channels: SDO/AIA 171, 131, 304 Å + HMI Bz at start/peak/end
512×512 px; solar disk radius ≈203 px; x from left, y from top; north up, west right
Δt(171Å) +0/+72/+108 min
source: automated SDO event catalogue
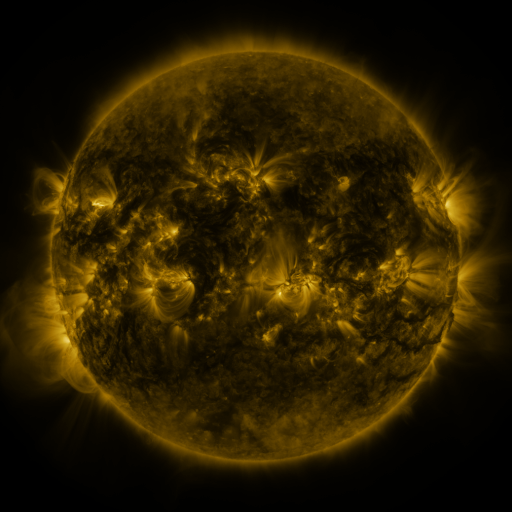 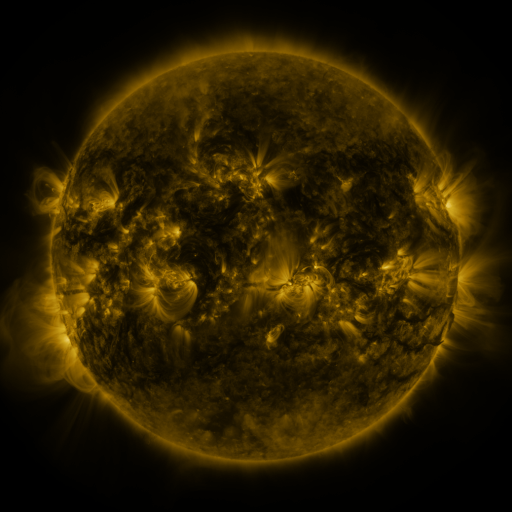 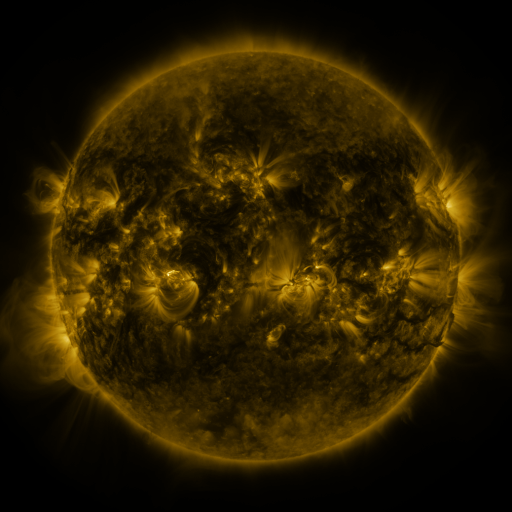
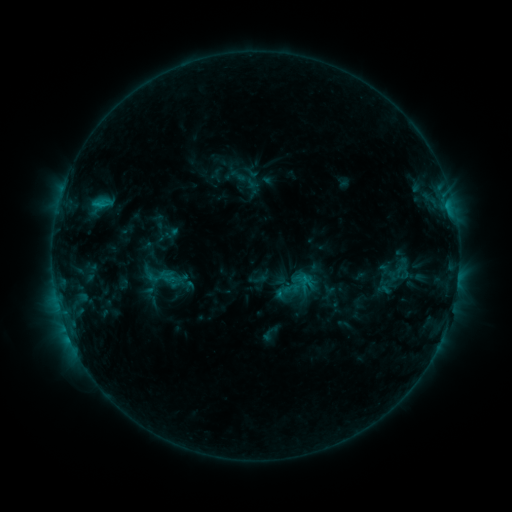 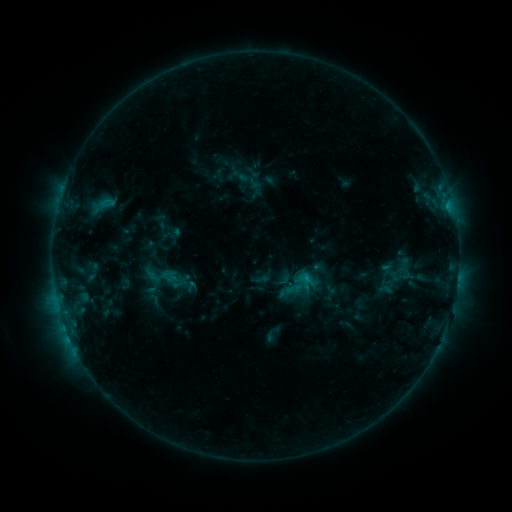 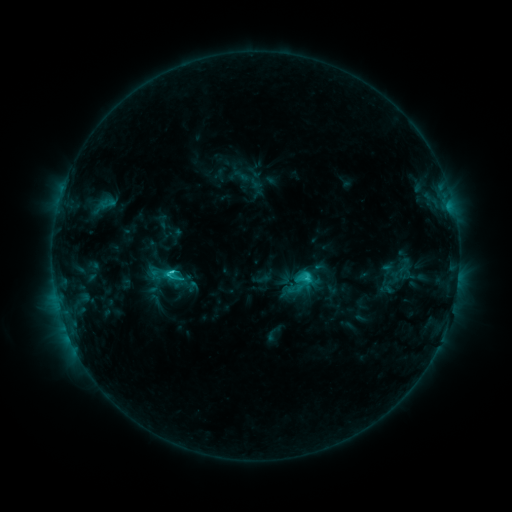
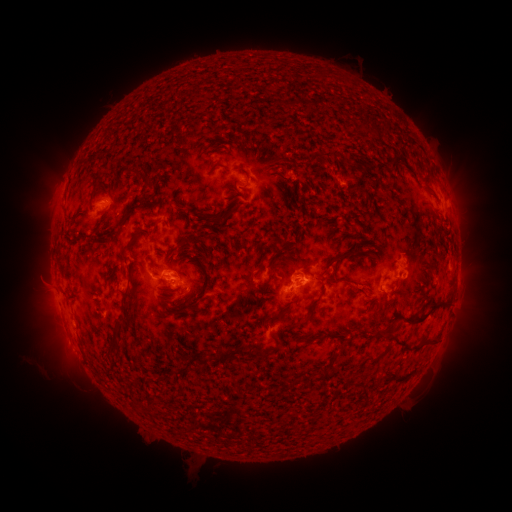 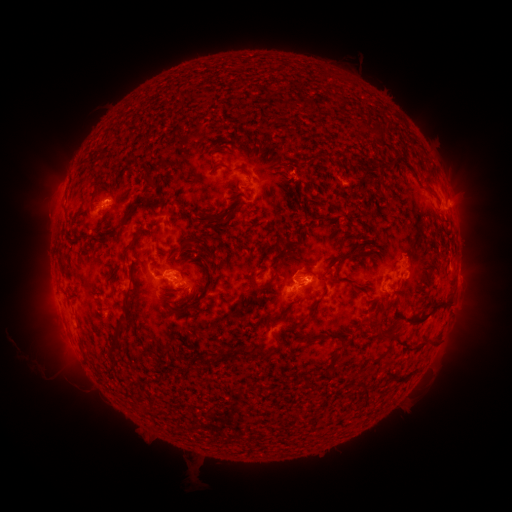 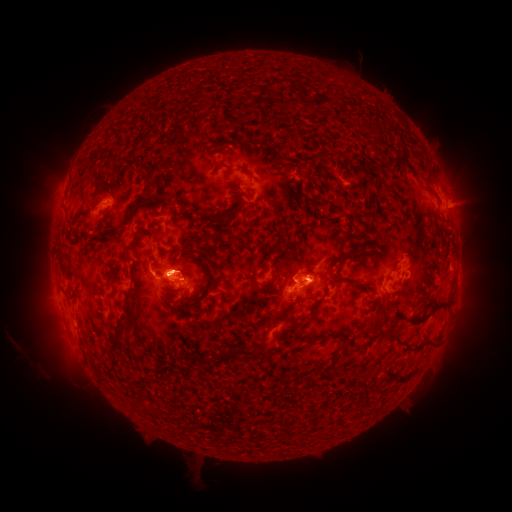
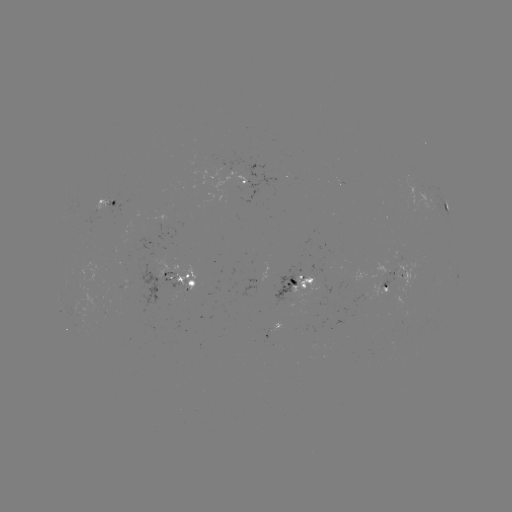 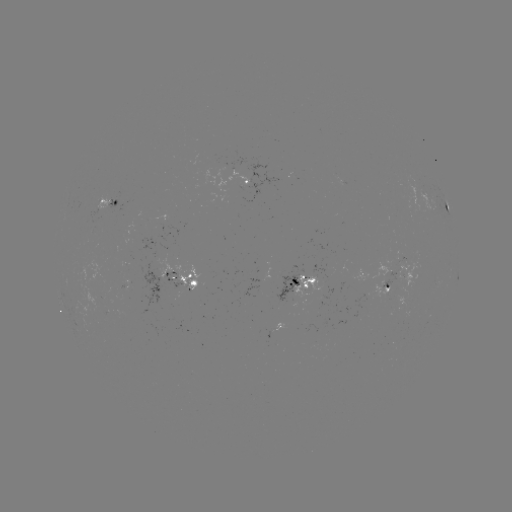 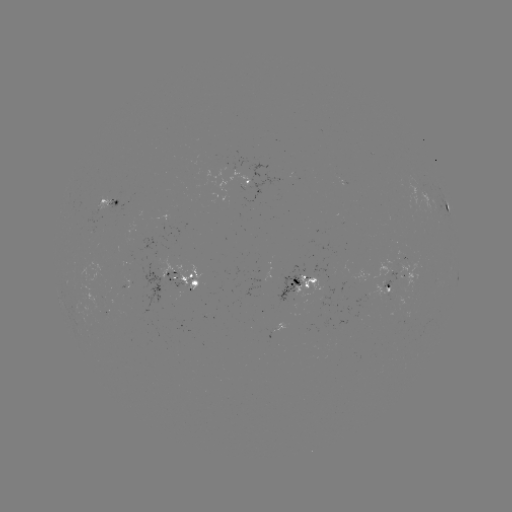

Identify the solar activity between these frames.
emerging-flux region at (126, 284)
